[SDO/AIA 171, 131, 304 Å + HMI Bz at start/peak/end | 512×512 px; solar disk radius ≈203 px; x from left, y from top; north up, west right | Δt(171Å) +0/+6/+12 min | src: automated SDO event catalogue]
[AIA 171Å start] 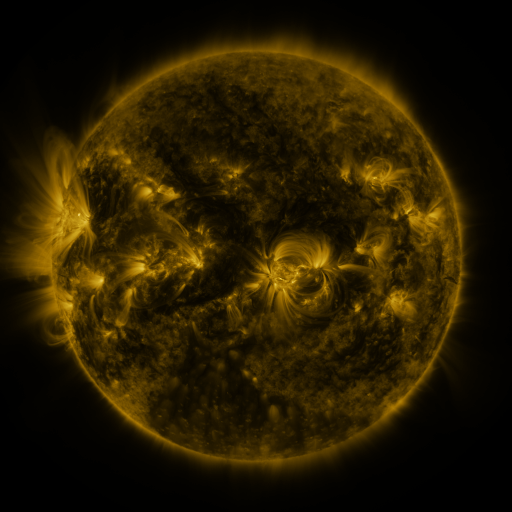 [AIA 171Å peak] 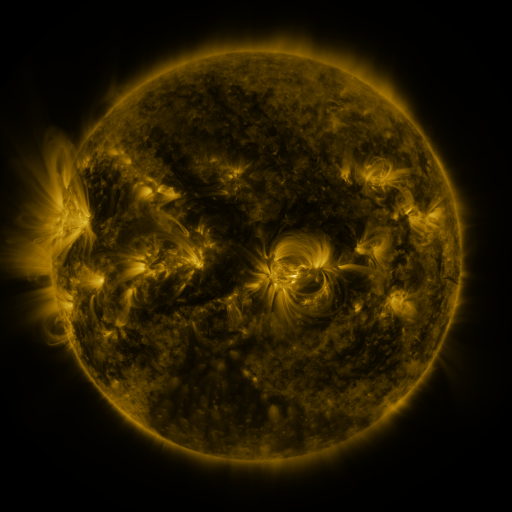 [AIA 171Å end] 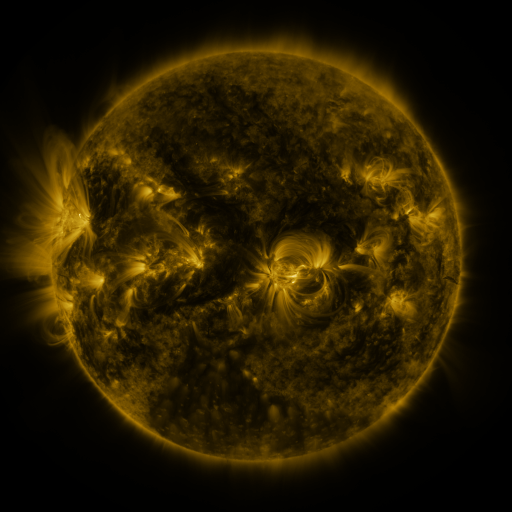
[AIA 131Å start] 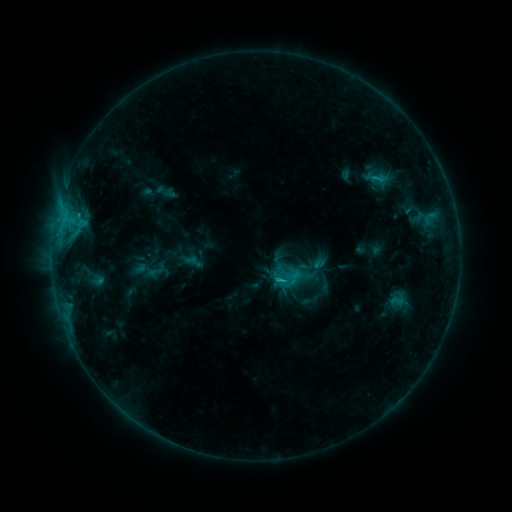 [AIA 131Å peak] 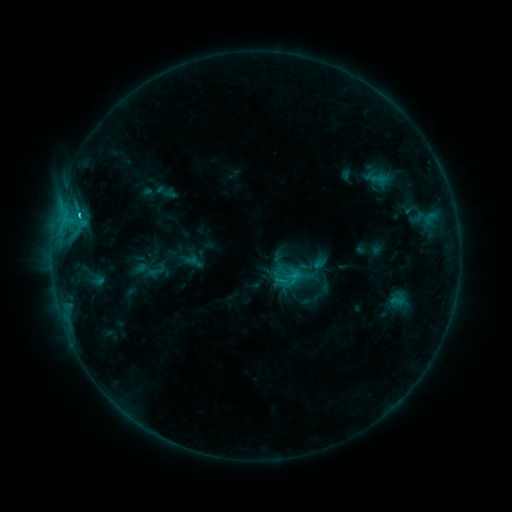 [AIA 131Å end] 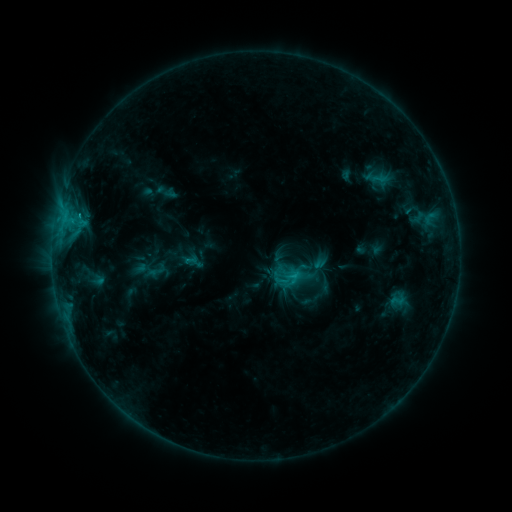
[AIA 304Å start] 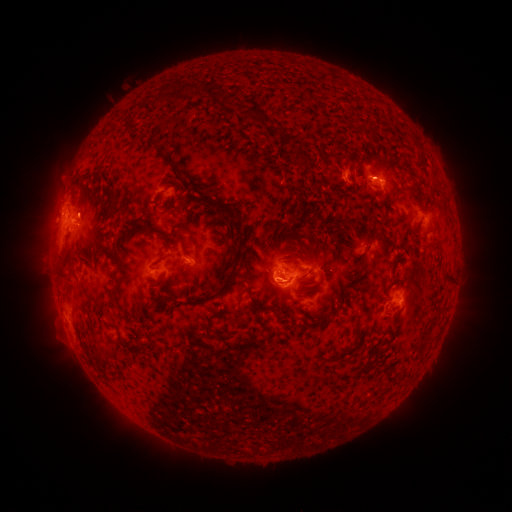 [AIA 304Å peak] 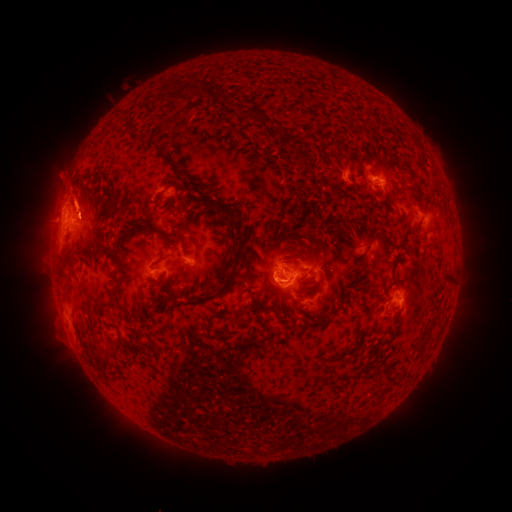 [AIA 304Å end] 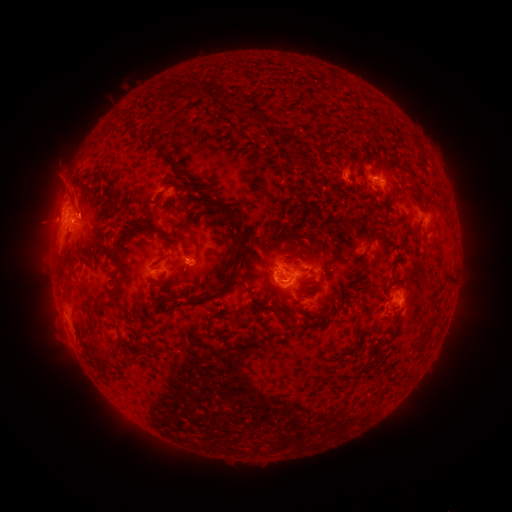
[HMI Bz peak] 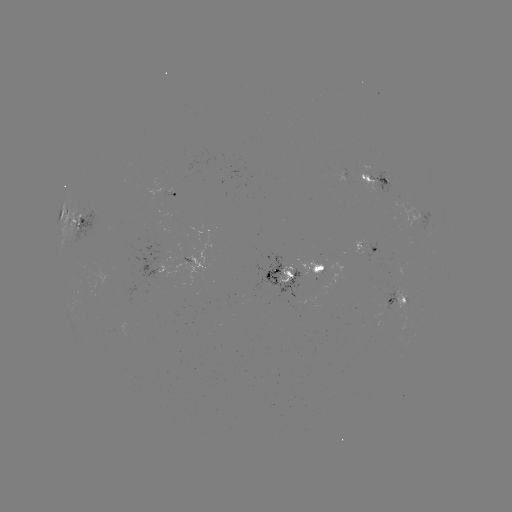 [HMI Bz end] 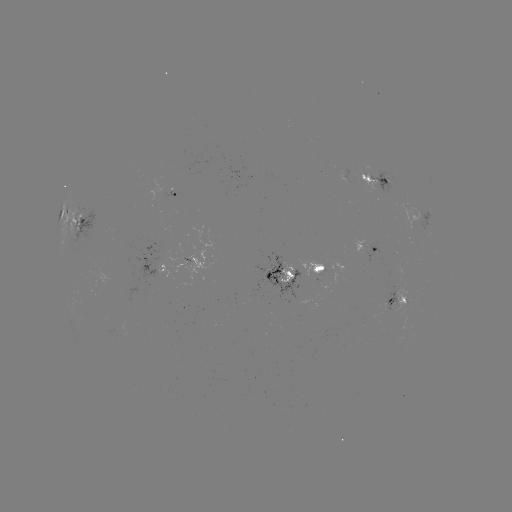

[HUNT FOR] eruption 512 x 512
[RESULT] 78,198